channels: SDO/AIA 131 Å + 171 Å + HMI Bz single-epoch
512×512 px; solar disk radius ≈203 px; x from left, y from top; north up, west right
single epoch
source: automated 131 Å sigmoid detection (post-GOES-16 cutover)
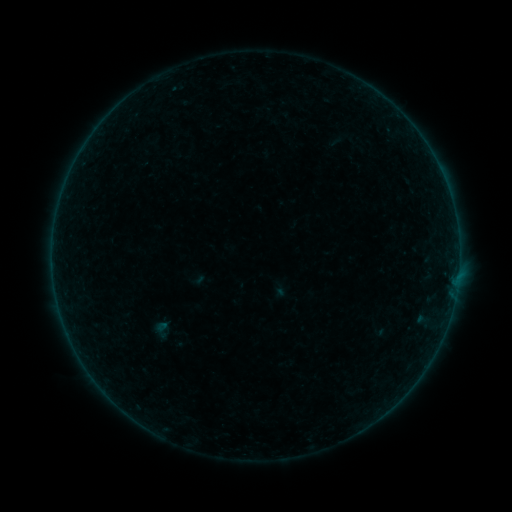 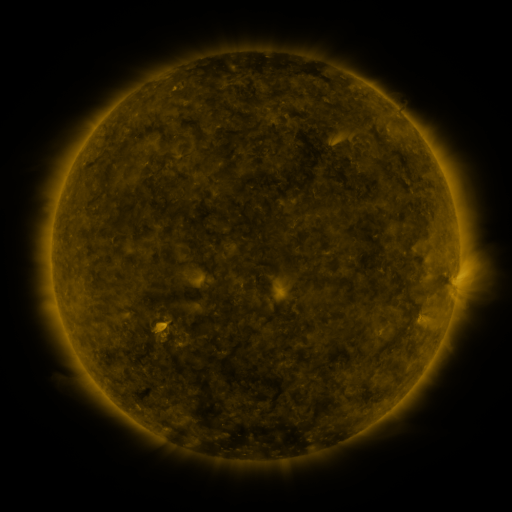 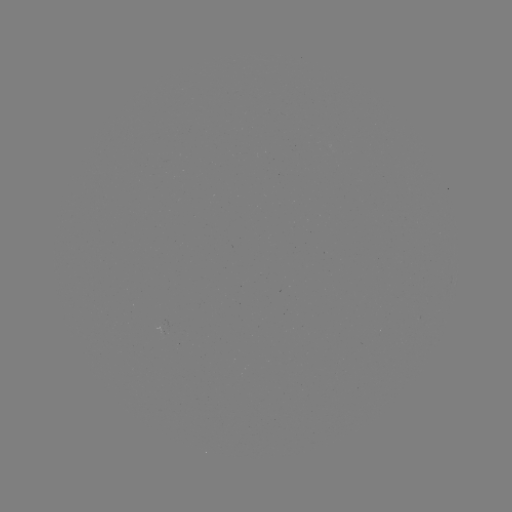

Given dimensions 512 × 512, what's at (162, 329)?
sigmoid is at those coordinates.